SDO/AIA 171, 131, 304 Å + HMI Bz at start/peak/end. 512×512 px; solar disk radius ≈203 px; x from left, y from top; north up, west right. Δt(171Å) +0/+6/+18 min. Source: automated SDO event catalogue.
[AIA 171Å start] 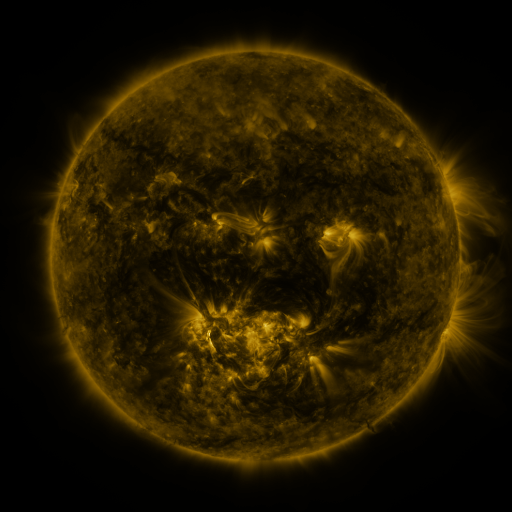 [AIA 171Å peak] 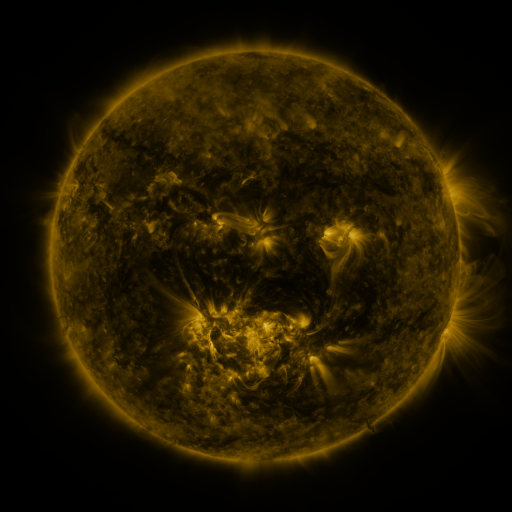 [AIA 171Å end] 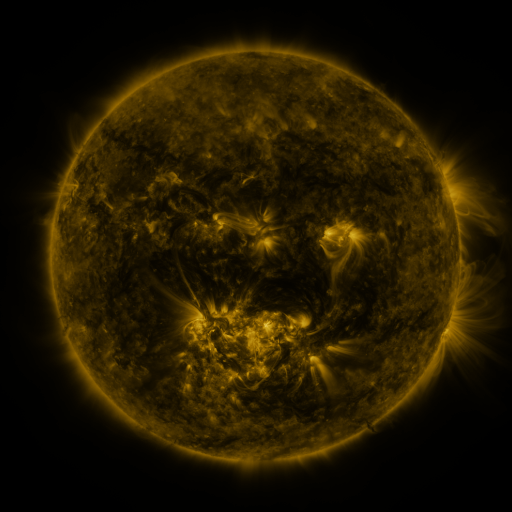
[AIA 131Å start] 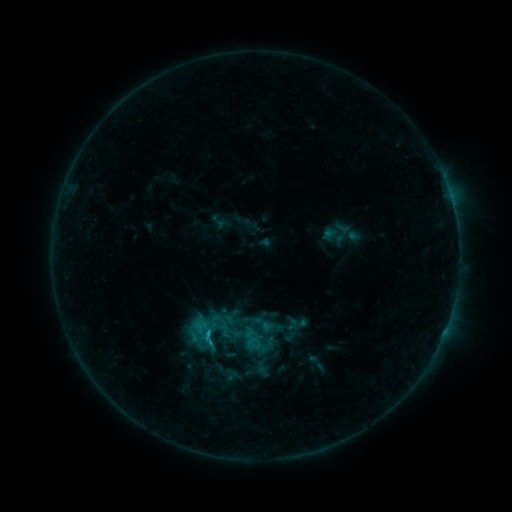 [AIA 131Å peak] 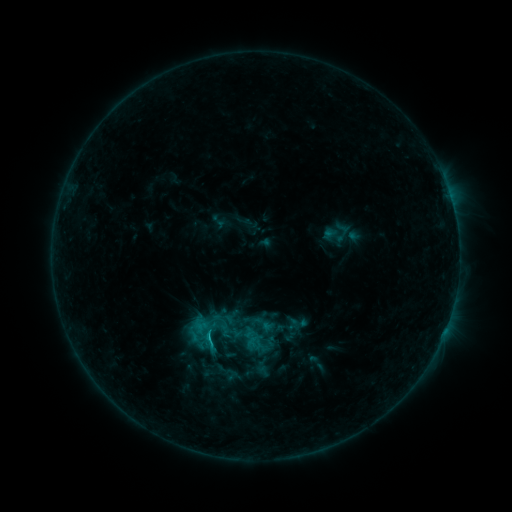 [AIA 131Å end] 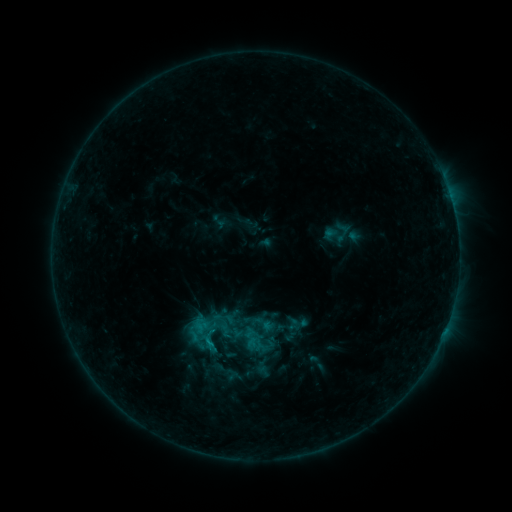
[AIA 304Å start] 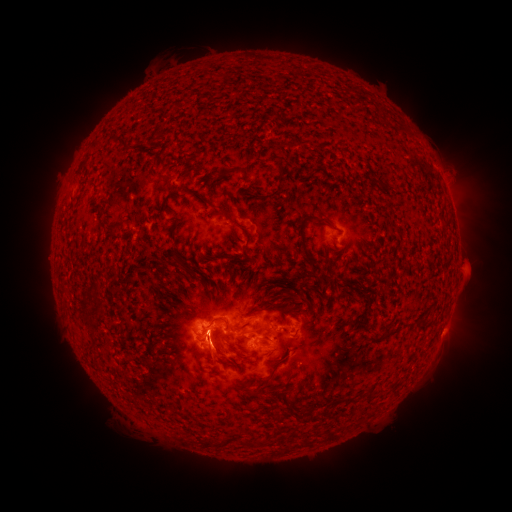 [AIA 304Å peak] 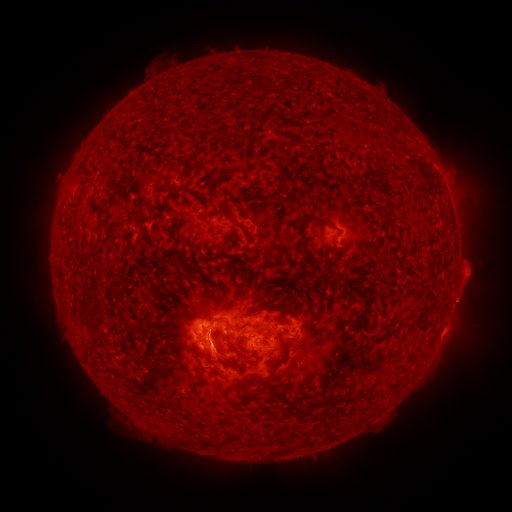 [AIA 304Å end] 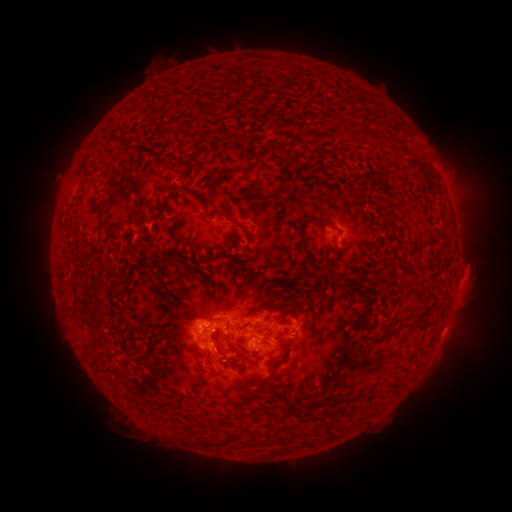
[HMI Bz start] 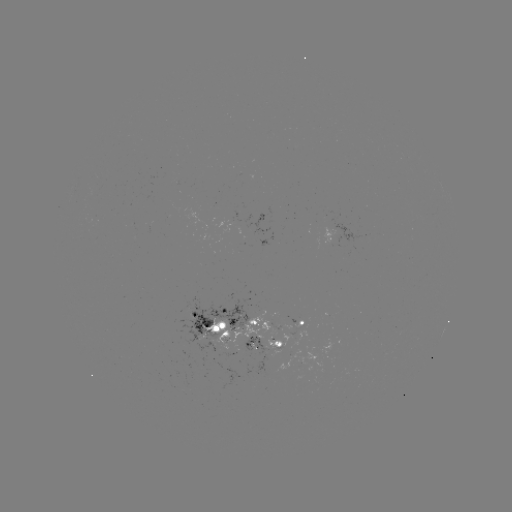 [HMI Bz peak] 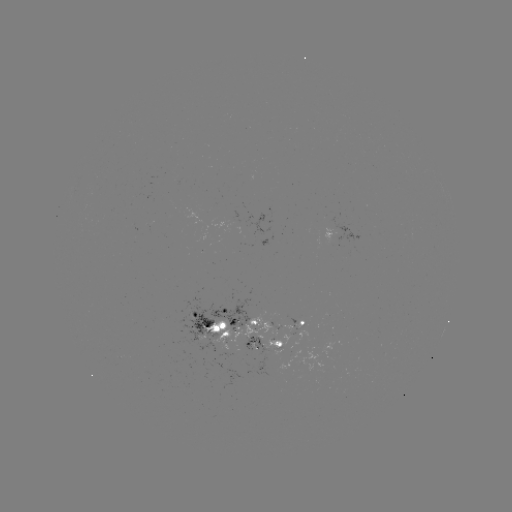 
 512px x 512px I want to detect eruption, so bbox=[172, 328, 238, 375].